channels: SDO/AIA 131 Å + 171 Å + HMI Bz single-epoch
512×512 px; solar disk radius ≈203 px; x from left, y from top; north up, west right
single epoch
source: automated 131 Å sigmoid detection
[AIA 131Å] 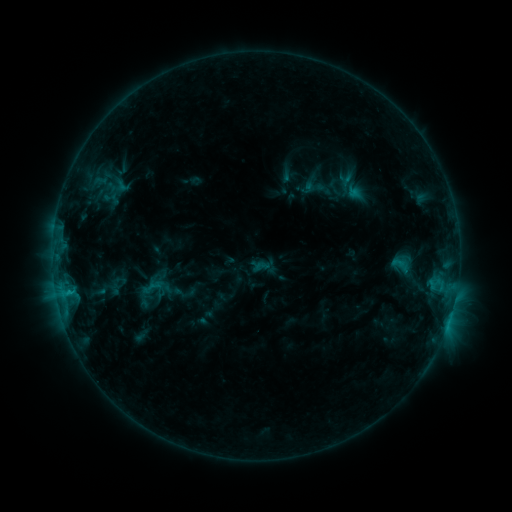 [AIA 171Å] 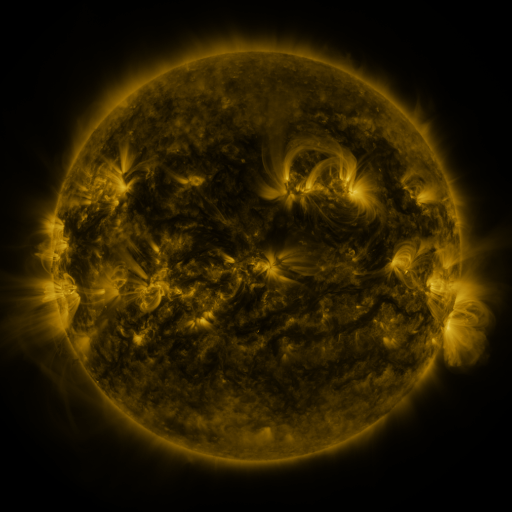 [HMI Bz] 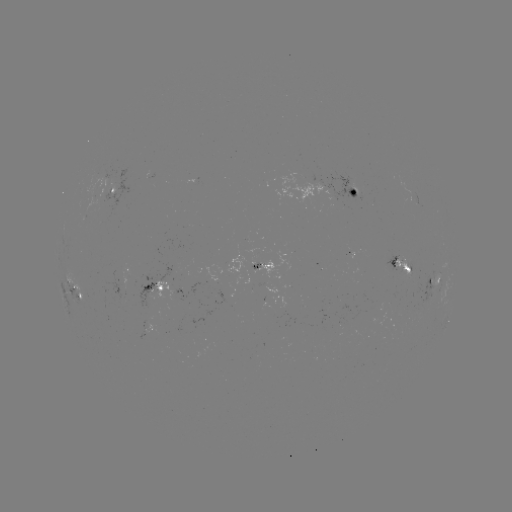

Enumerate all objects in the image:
sigmoid: <bbox>114, 177, 131, 194</bbox>
sigmoid: <bbox>391, 254, 409, 275</bbox>
